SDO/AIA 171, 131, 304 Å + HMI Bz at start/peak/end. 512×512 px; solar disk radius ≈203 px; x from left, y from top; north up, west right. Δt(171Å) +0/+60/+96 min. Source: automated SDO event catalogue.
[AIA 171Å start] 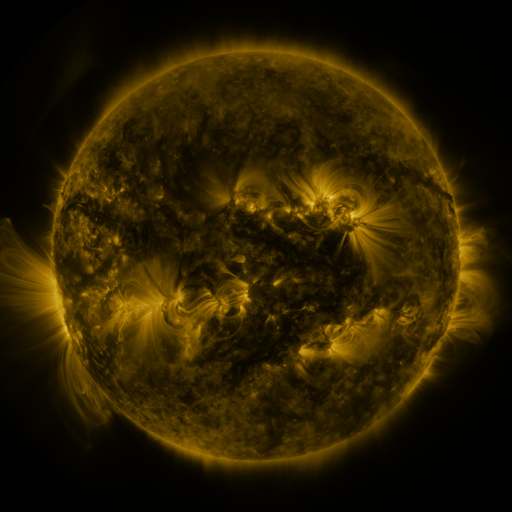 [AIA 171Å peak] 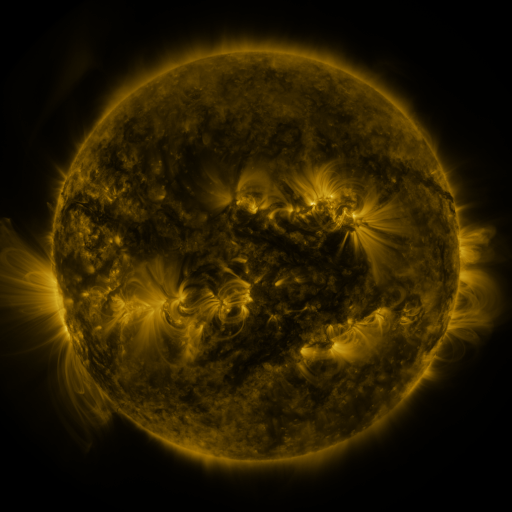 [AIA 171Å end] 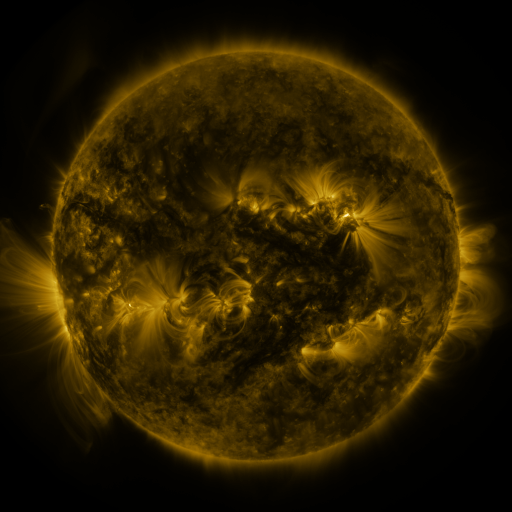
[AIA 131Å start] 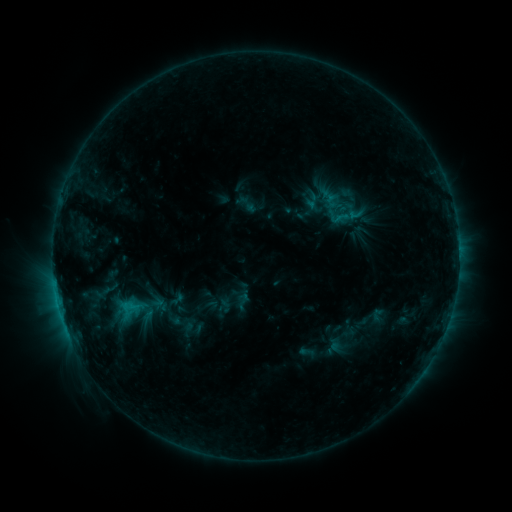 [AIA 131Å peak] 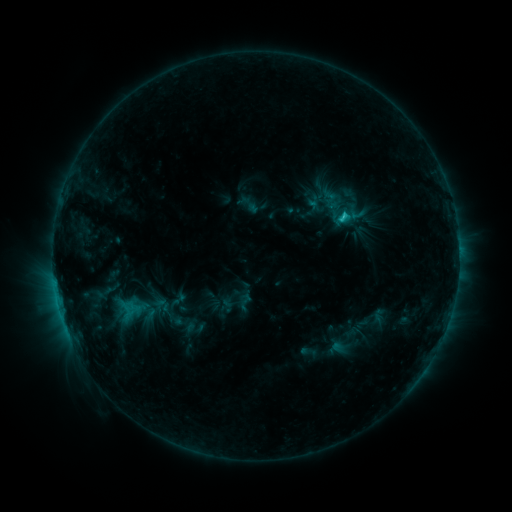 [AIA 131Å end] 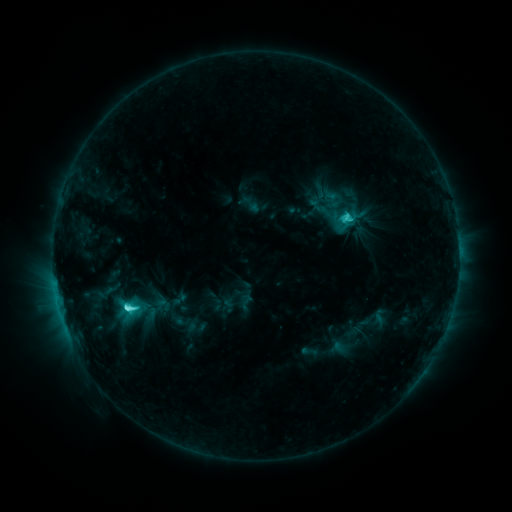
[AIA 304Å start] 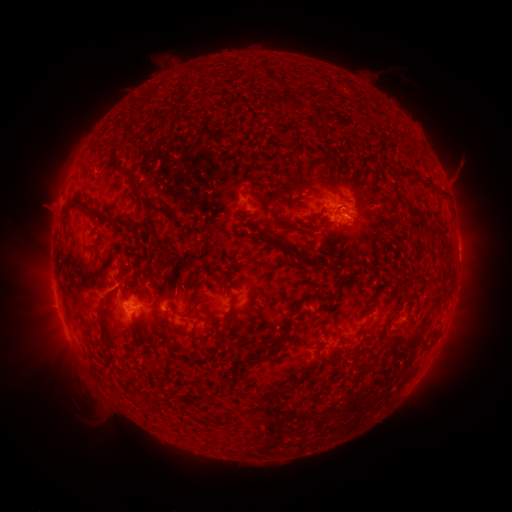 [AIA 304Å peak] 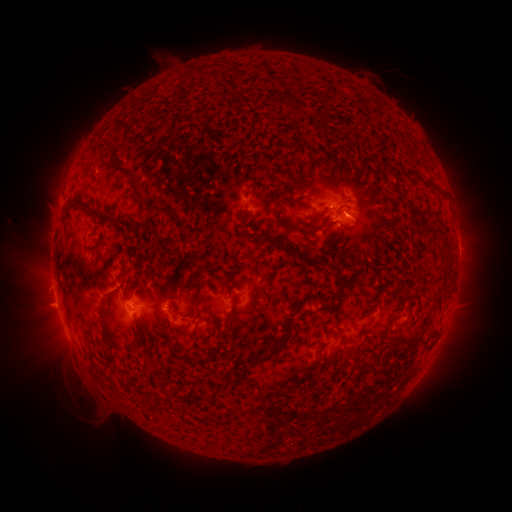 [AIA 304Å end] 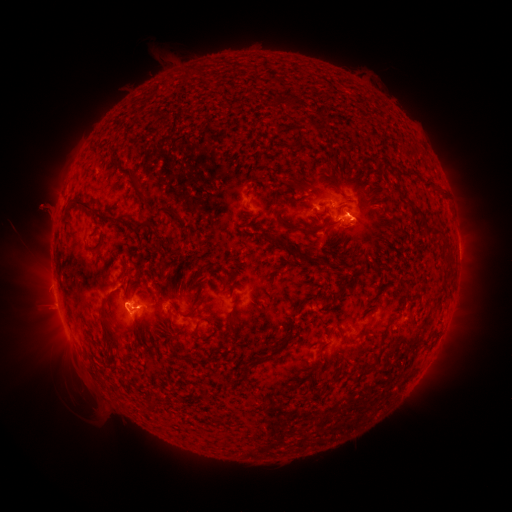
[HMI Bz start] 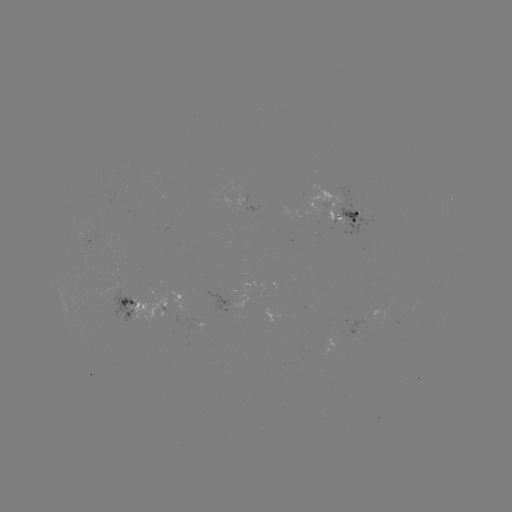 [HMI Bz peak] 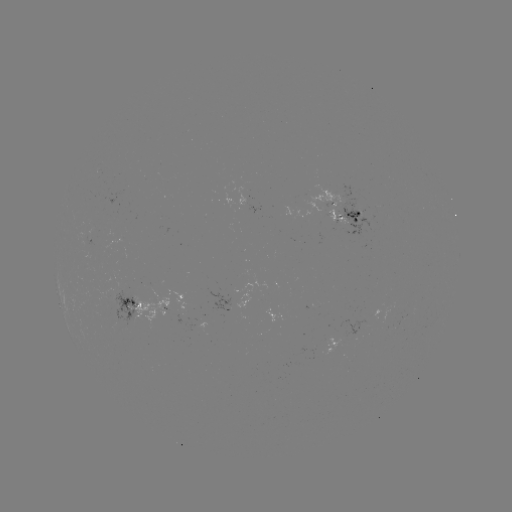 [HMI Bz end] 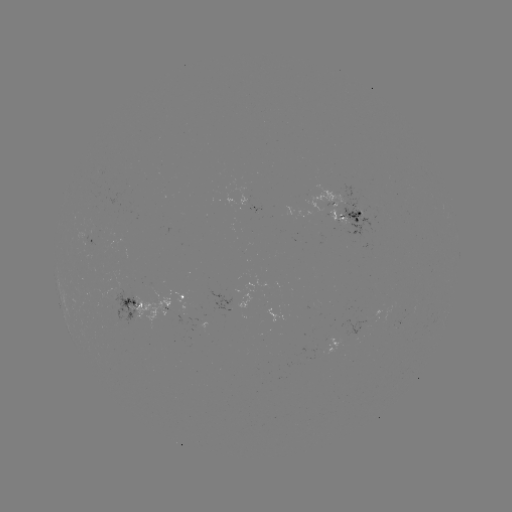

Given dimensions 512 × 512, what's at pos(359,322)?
emerging-flux region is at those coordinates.